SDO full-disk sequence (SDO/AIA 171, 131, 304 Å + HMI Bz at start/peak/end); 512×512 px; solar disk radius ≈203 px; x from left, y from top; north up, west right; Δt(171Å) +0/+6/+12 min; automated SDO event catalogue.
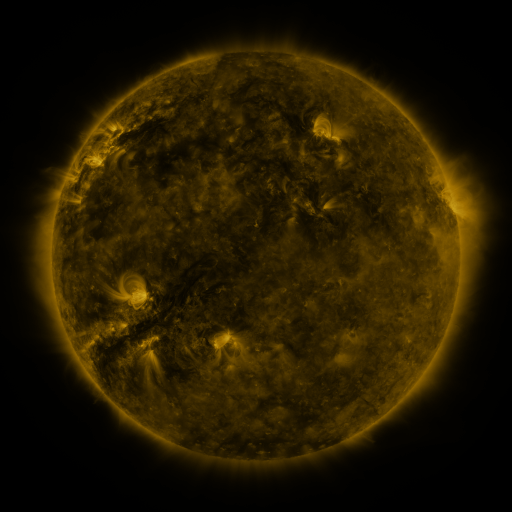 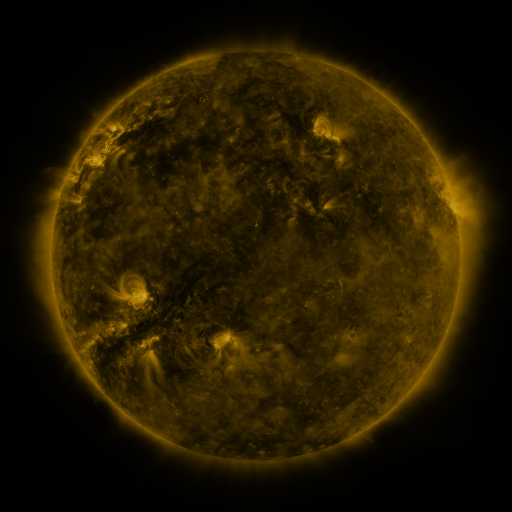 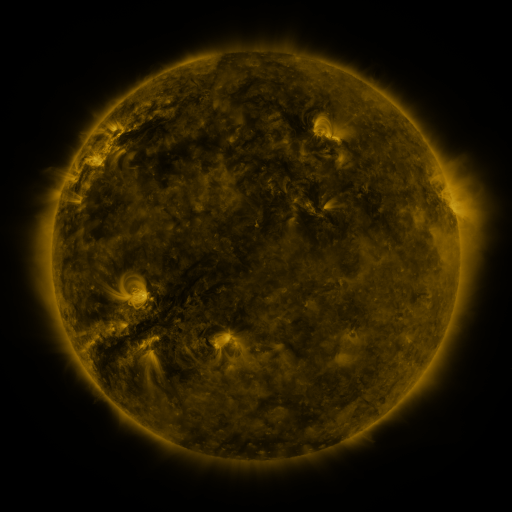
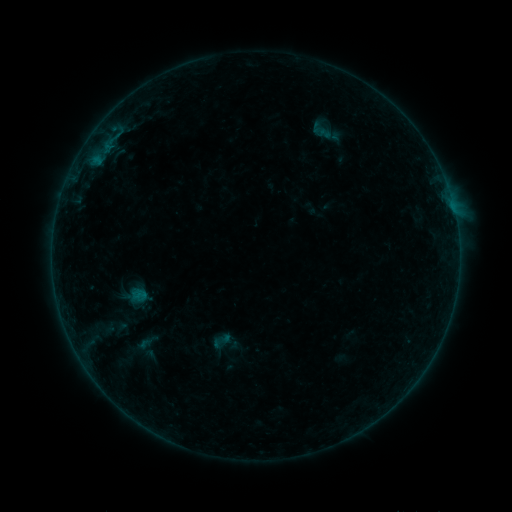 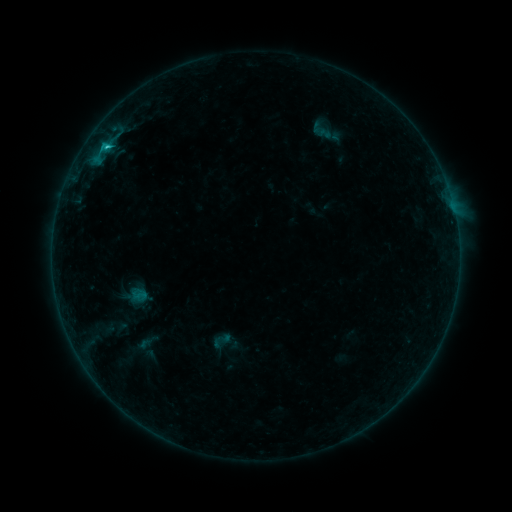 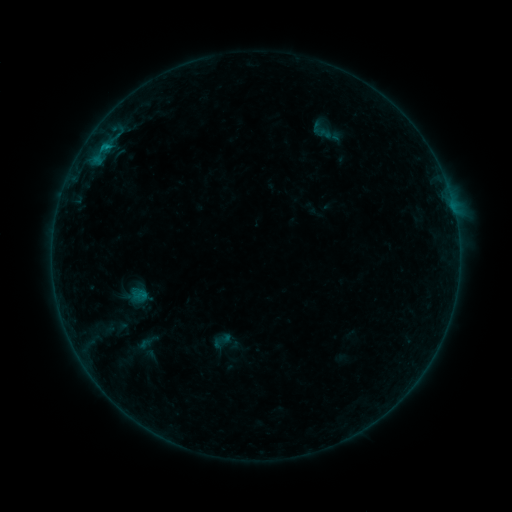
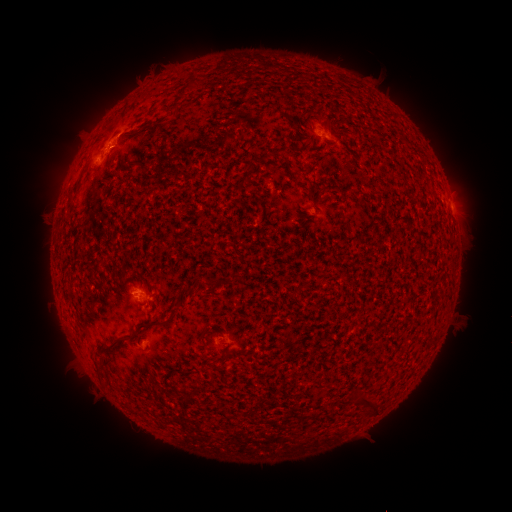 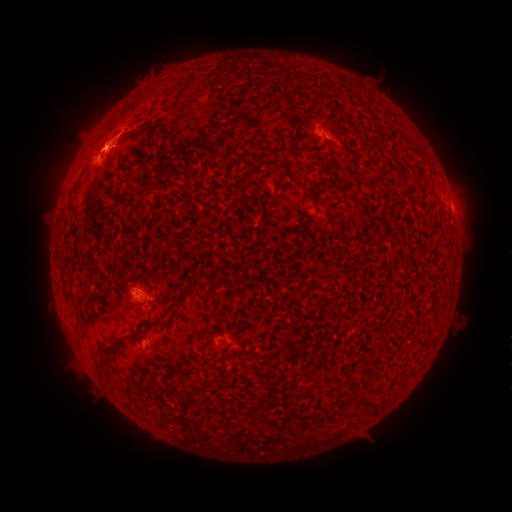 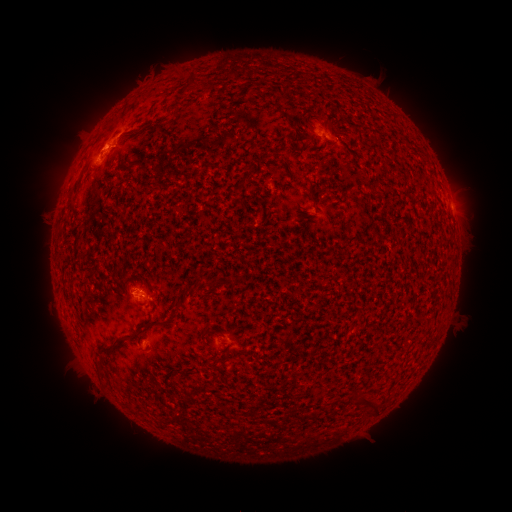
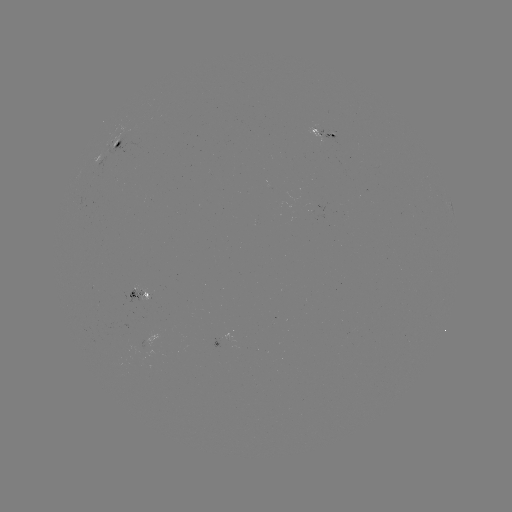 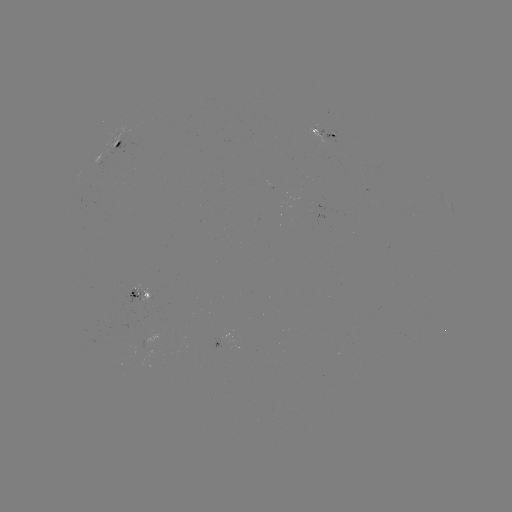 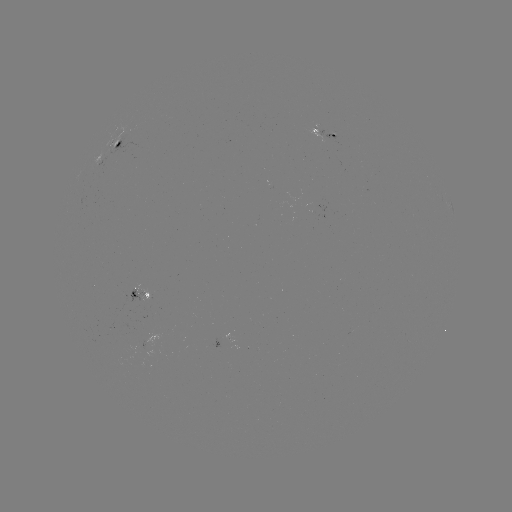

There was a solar flare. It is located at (109, 149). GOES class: B8.3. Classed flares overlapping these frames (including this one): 1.